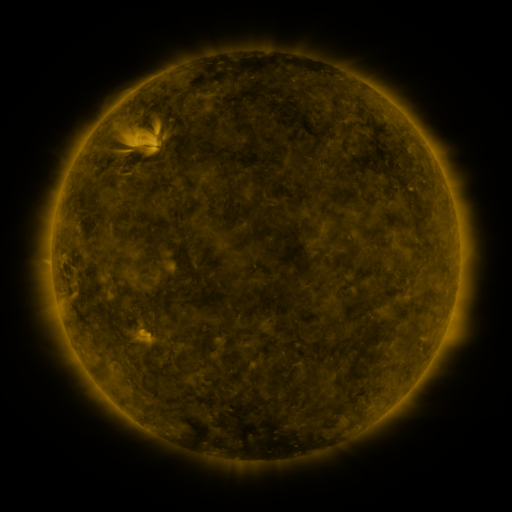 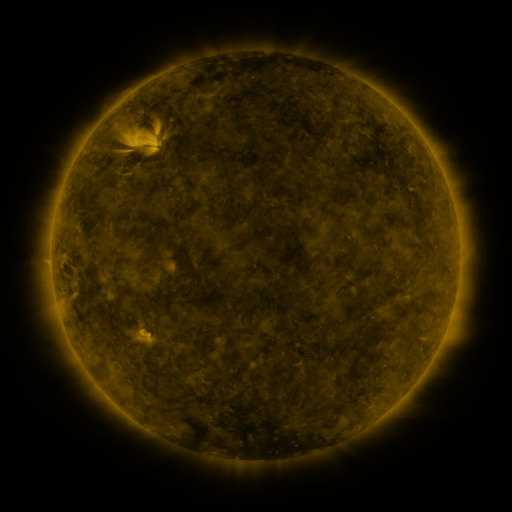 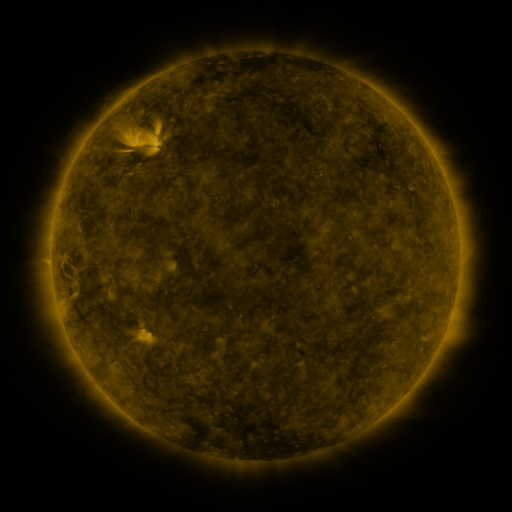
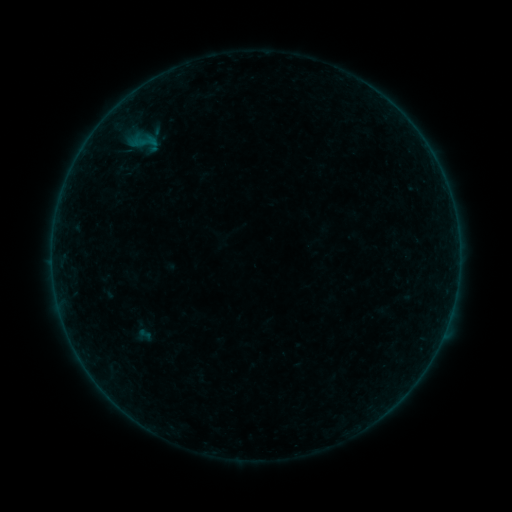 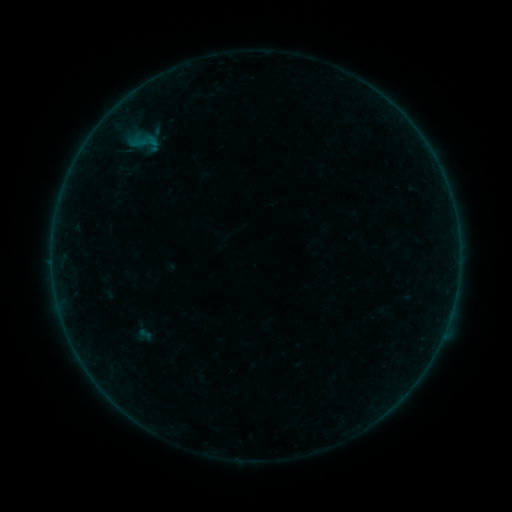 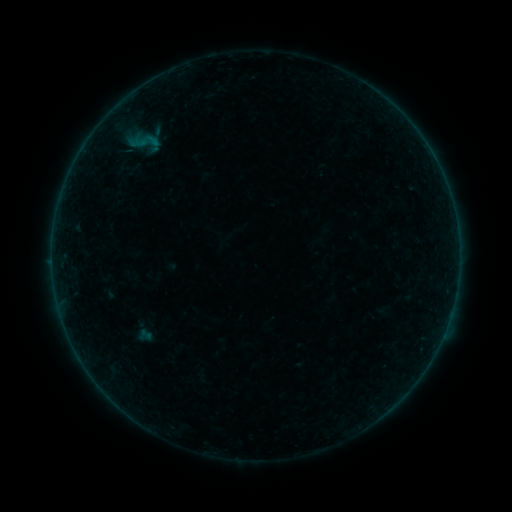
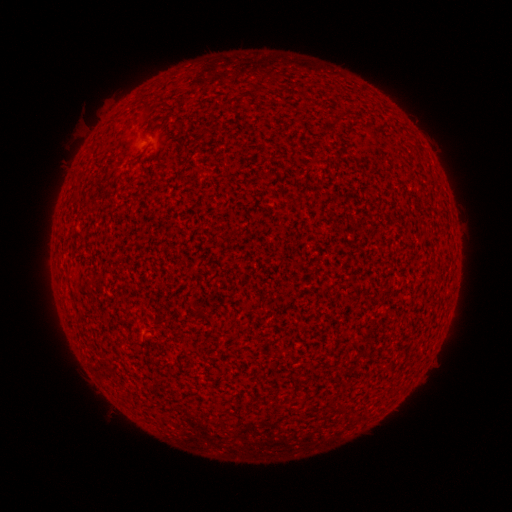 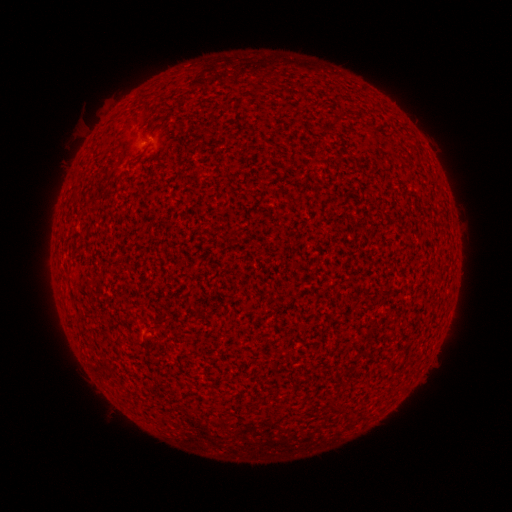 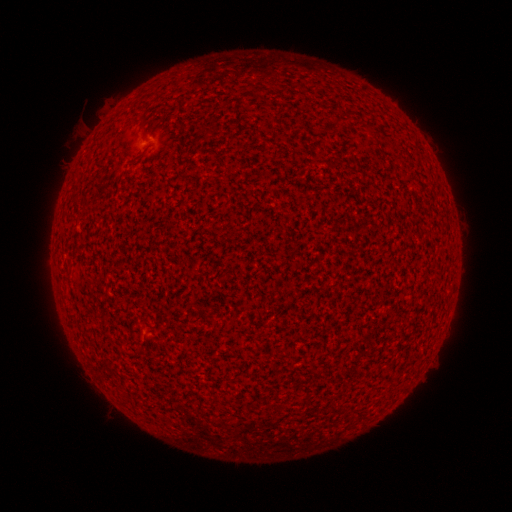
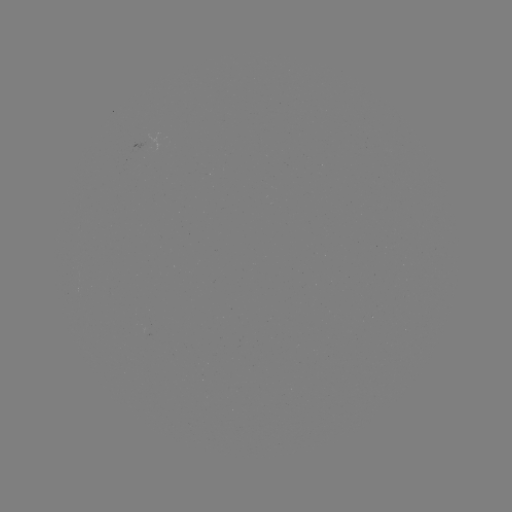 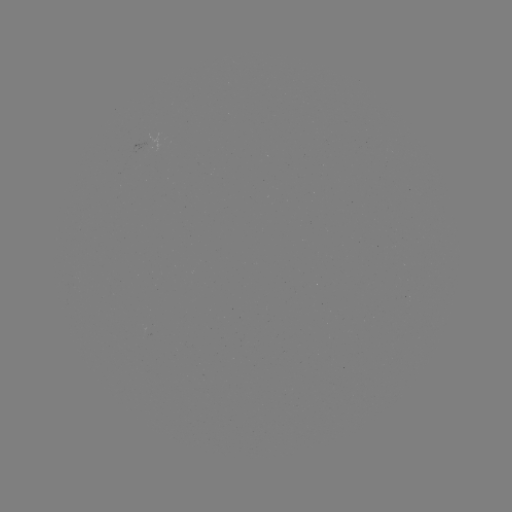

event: flare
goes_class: A5.0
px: (146, 140)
